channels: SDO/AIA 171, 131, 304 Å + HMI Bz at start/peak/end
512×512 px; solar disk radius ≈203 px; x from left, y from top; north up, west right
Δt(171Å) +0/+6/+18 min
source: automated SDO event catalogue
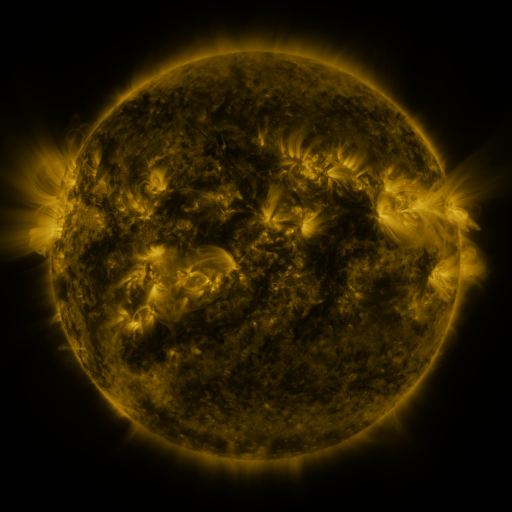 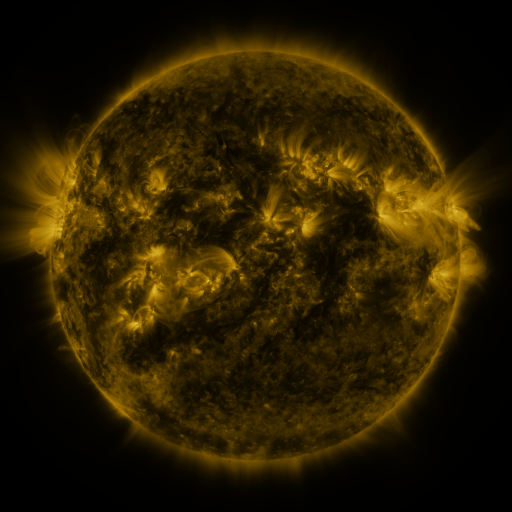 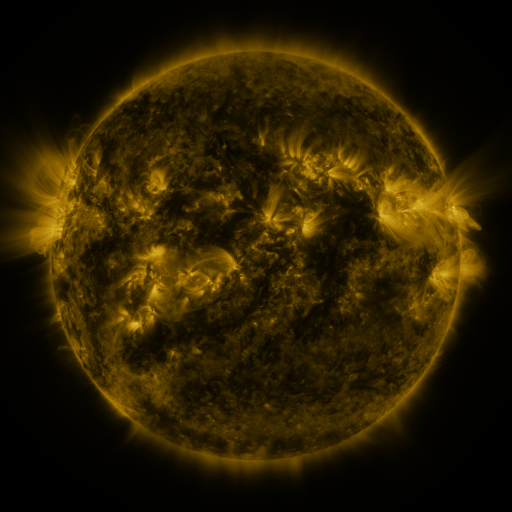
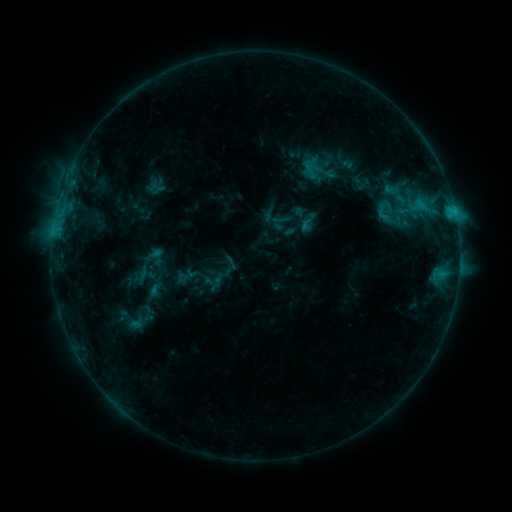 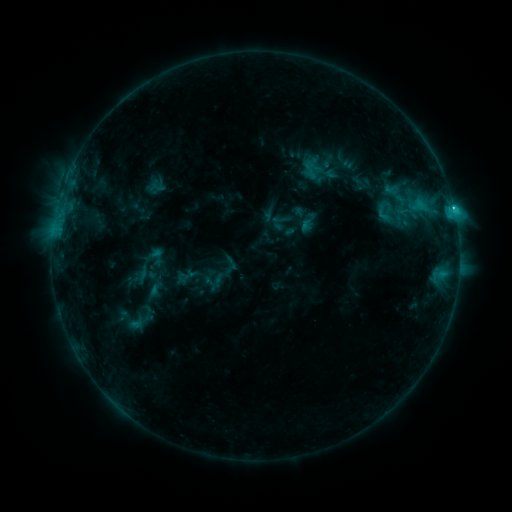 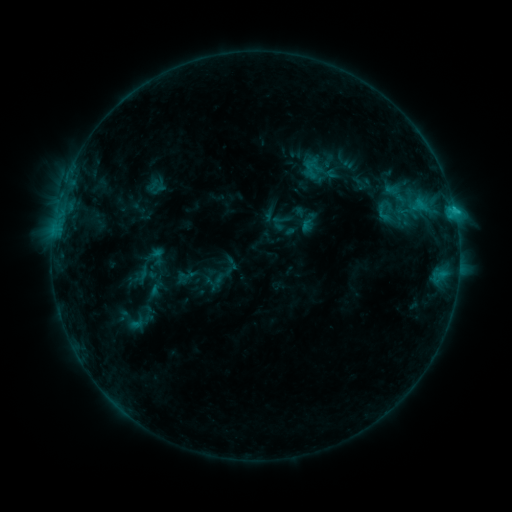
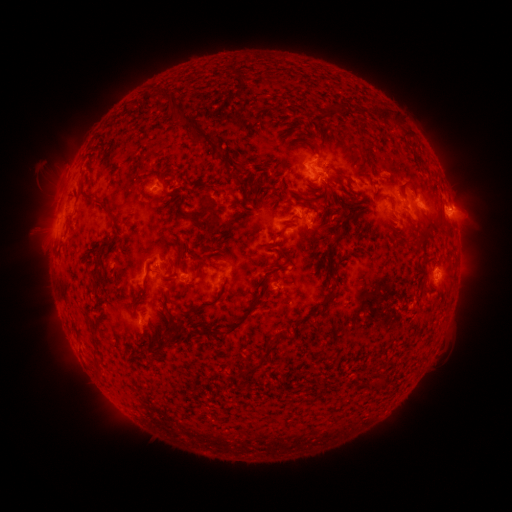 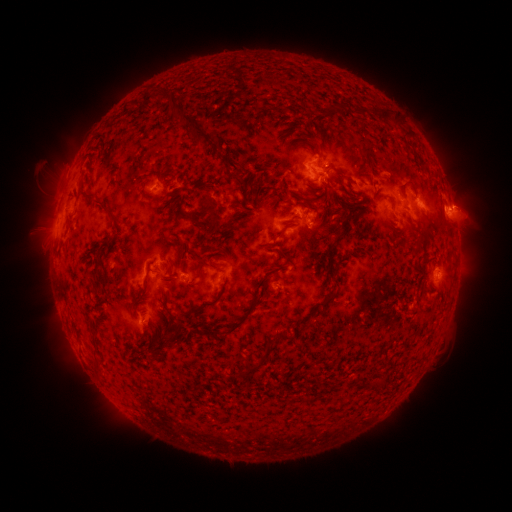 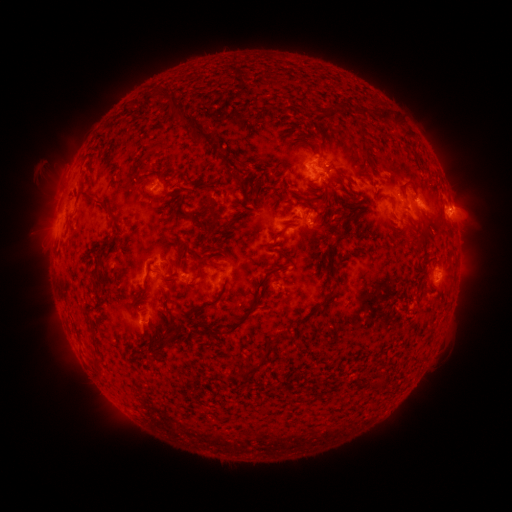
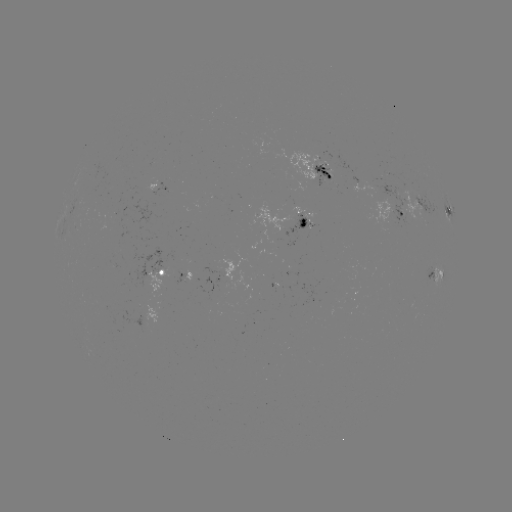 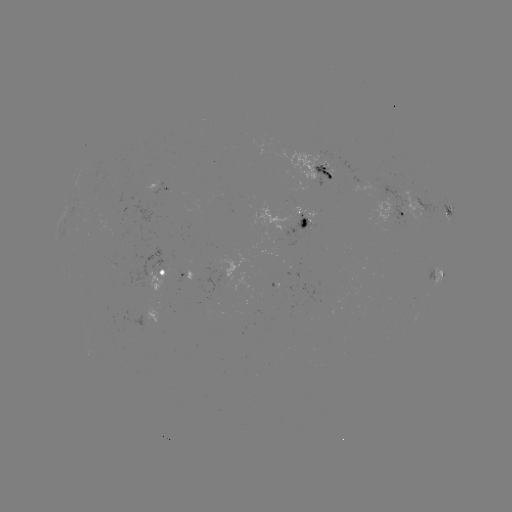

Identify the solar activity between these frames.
C1.2 flare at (451, 210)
